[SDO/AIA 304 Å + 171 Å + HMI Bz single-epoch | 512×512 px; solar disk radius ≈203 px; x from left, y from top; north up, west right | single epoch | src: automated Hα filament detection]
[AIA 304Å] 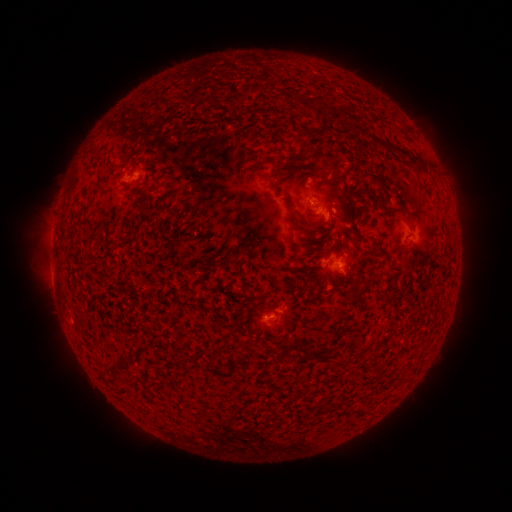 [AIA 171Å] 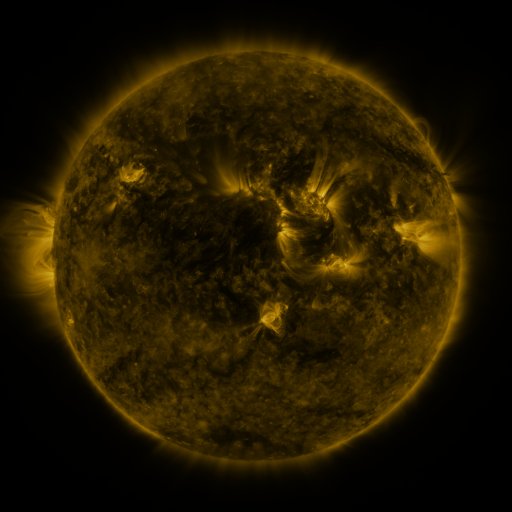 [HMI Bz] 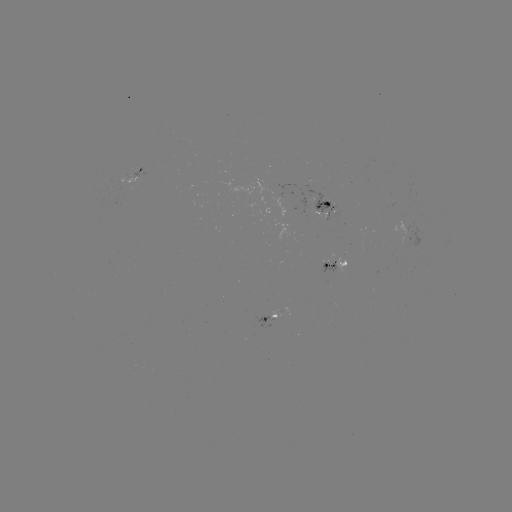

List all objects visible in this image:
filament: (326, 102)
filament: (302, 143)
filament: (406, 152)
filament: (166, 206)
filament: (358, 212)
filament: (393, 212)
filament: (318, 220)
filament: (342, 362)
